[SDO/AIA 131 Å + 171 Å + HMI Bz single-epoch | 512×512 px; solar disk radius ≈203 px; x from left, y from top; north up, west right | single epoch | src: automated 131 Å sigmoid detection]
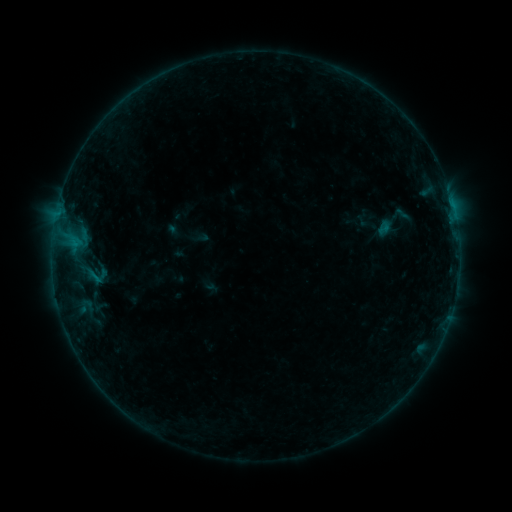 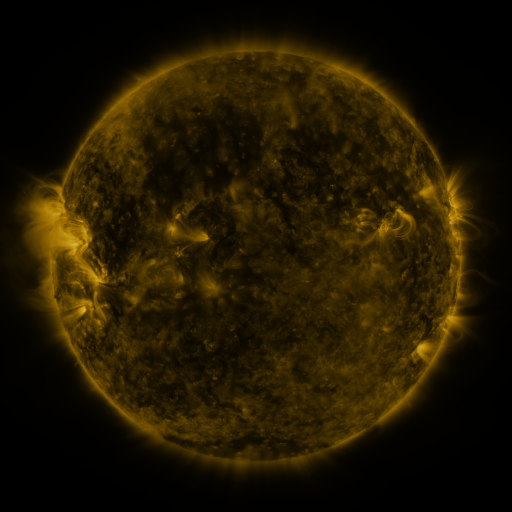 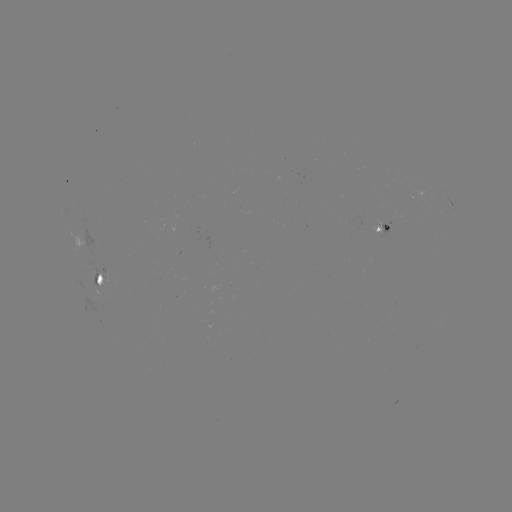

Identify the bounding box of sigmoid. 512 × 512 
[74, 256, 113, 292].